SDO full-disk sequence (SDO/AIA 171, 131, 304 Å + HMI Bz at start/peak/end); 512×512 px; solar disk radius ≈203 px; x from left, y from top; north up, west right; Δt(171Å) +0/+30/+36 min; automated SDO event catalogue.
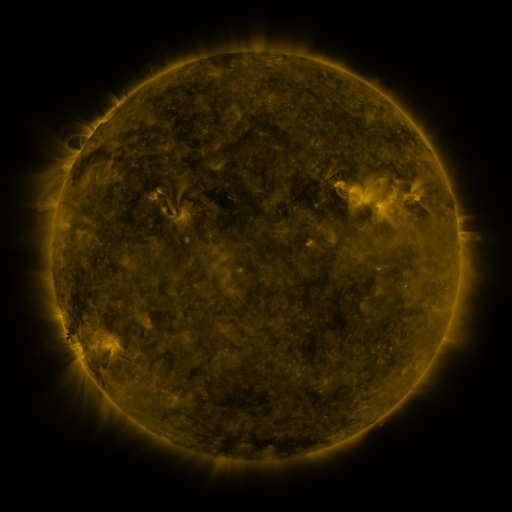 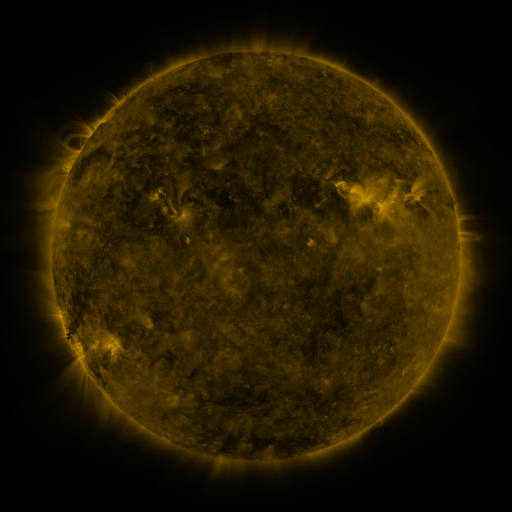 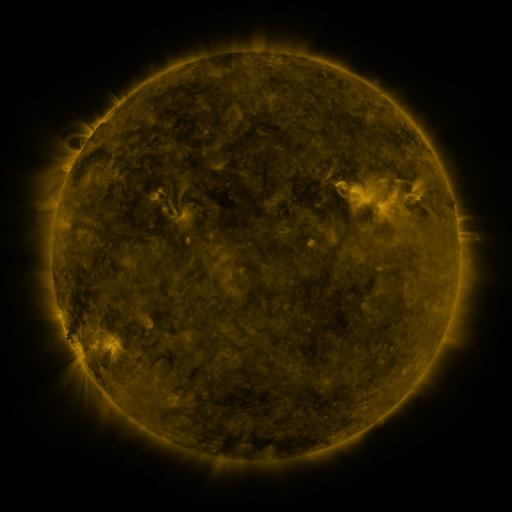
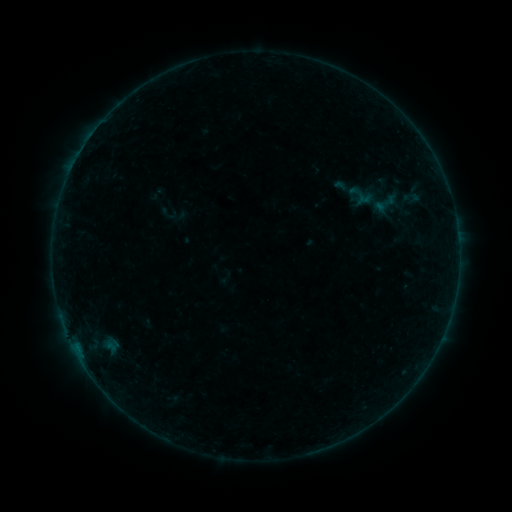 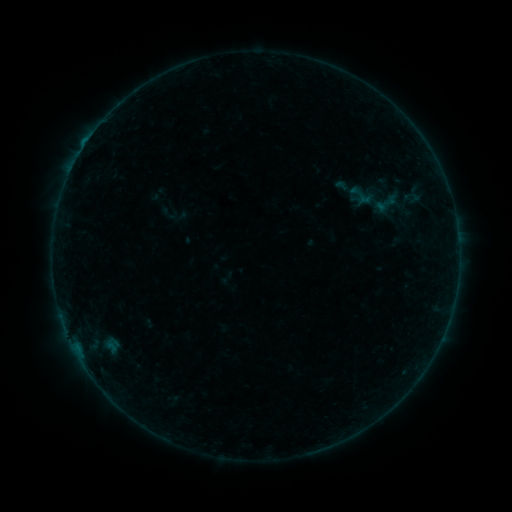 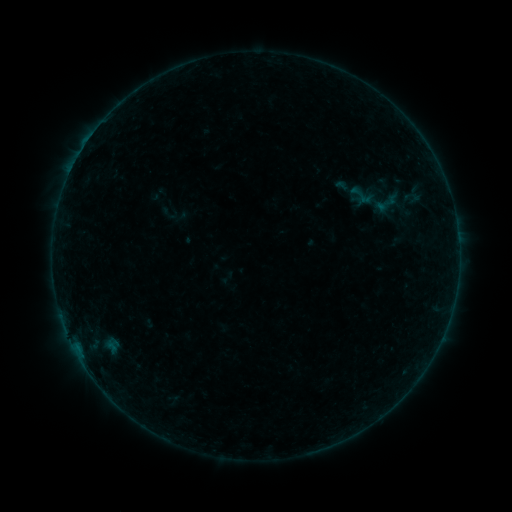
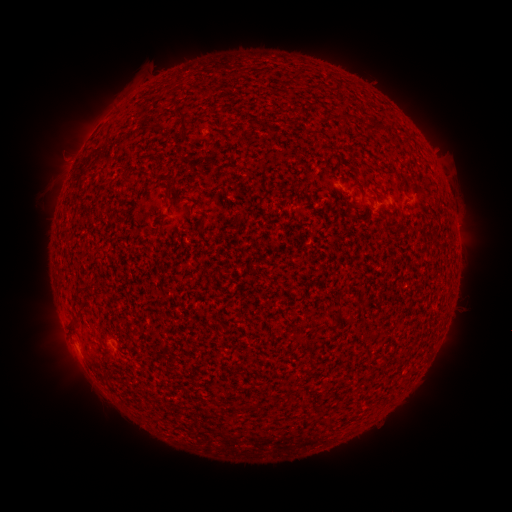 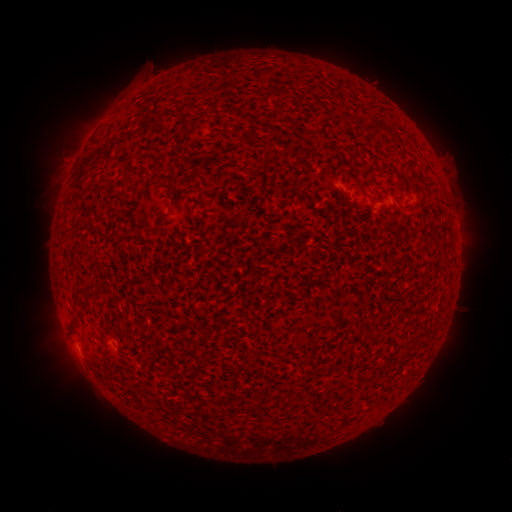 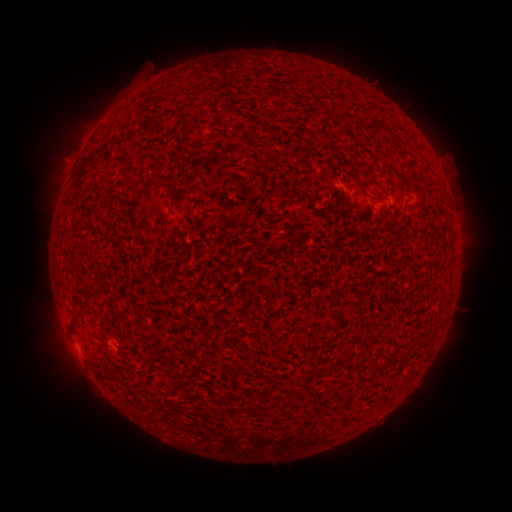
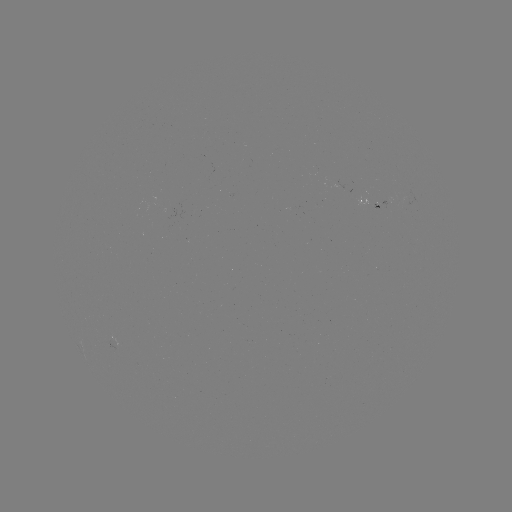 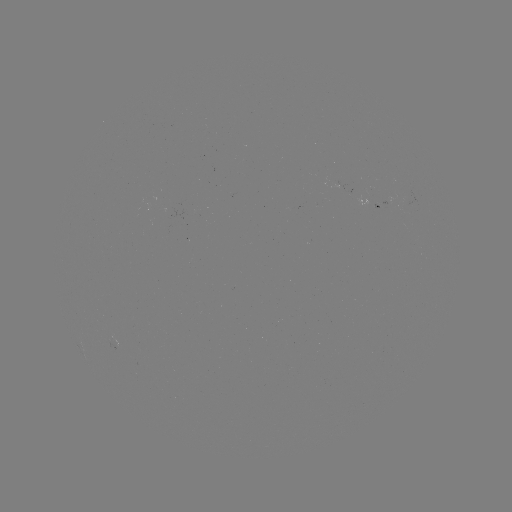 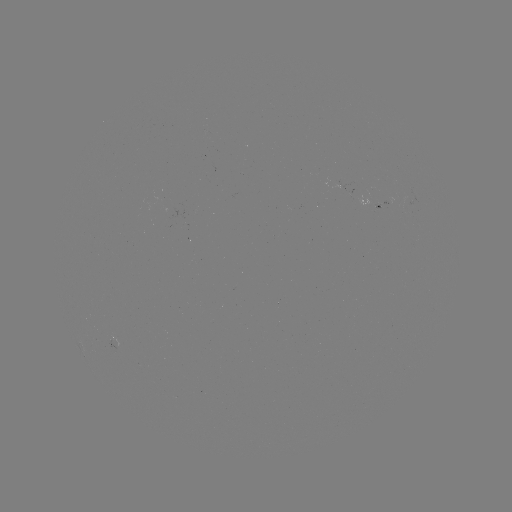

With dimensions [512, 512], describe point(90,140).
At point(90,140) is B2.1 flare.